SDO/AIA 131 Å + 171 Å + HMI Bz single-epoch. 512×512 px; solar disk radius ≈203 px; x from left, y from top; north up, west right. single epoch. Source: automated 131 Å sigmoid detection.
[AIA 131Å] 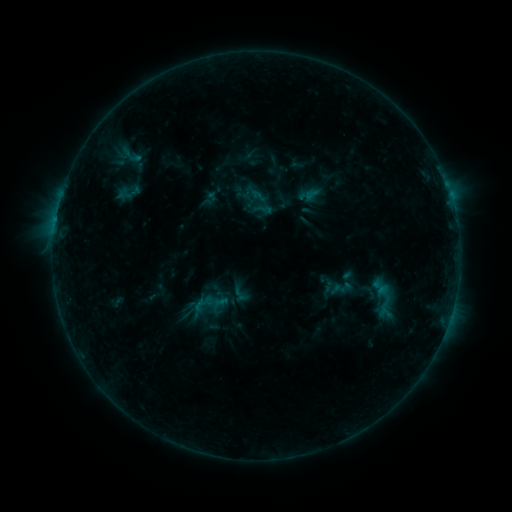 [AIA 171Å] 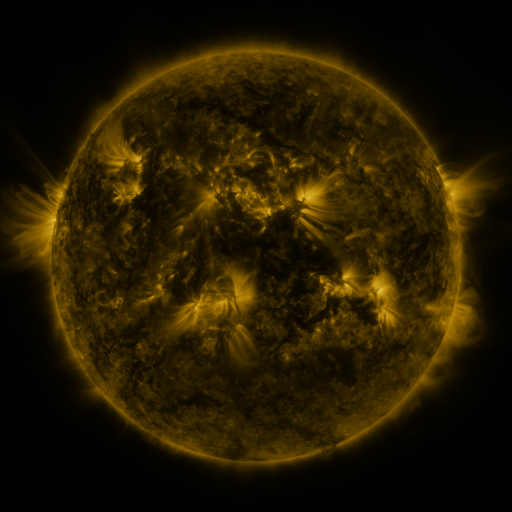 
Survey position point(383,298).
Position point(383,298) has sigmoid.